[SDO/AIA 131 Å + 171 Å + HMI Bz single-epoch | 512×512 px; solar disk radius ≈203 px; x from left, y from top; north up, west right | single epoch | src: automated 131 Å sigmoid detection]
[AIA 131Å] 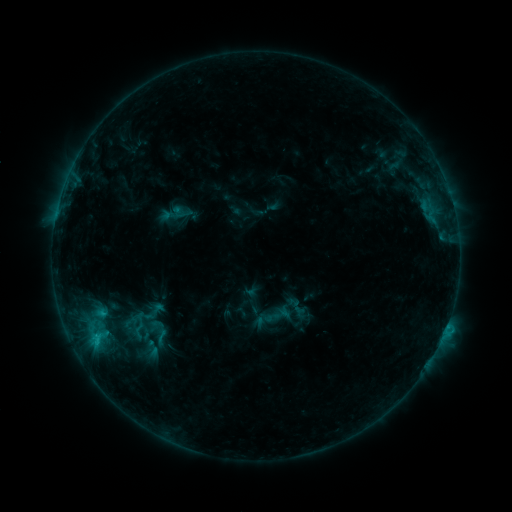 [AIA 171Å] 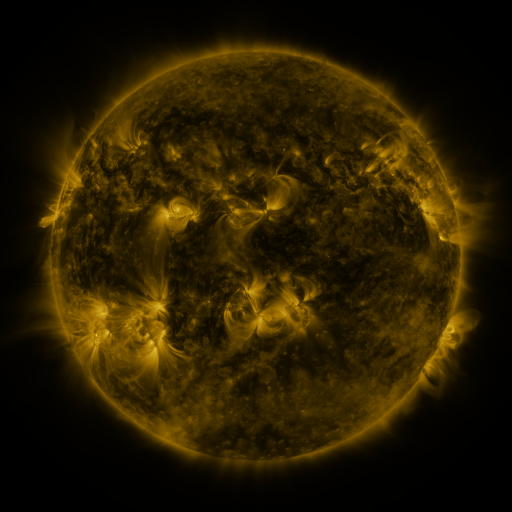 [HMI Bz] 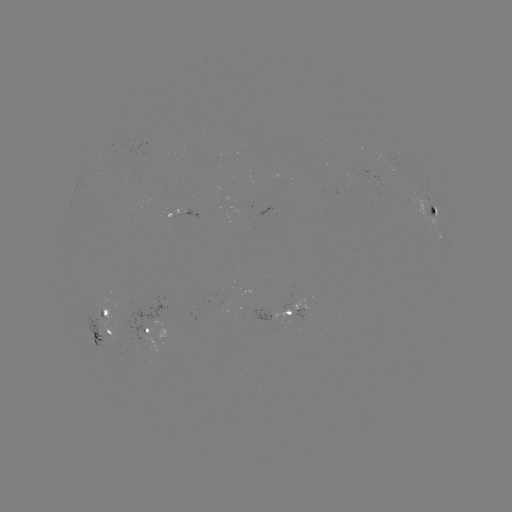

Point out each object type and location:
sigmoid: [148, 328, 176, 346]
sigmoid: [136, 339, 168, 358]
